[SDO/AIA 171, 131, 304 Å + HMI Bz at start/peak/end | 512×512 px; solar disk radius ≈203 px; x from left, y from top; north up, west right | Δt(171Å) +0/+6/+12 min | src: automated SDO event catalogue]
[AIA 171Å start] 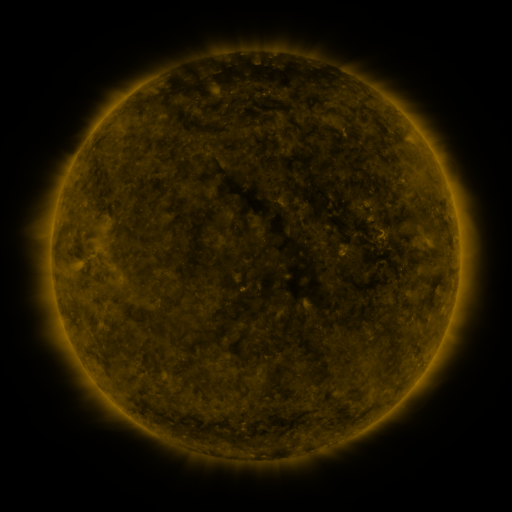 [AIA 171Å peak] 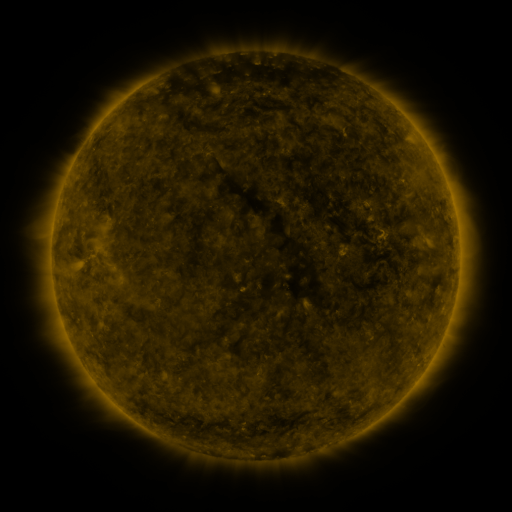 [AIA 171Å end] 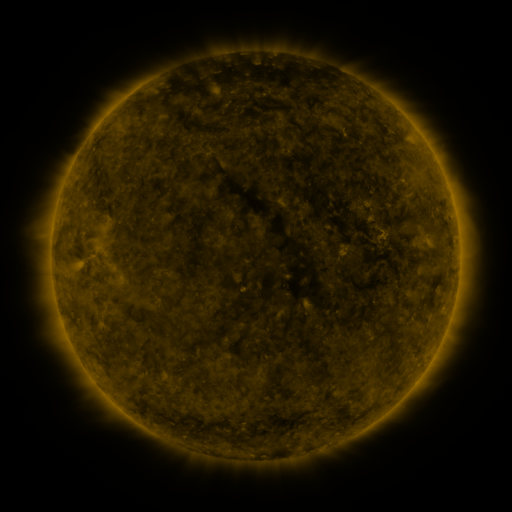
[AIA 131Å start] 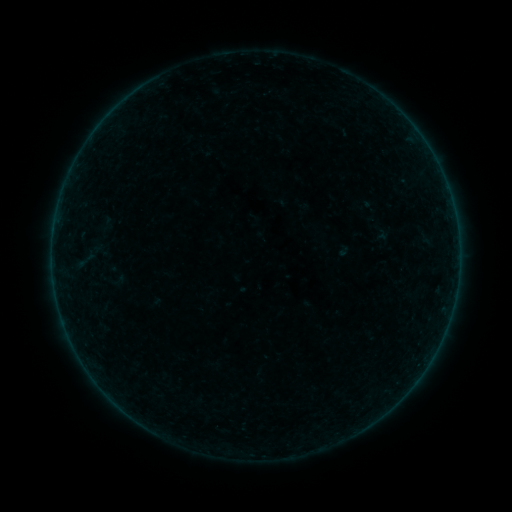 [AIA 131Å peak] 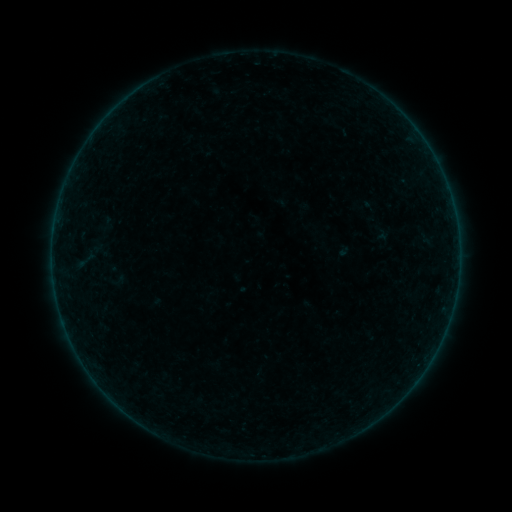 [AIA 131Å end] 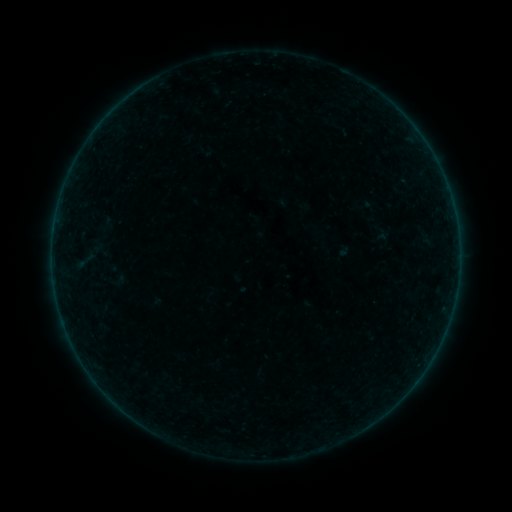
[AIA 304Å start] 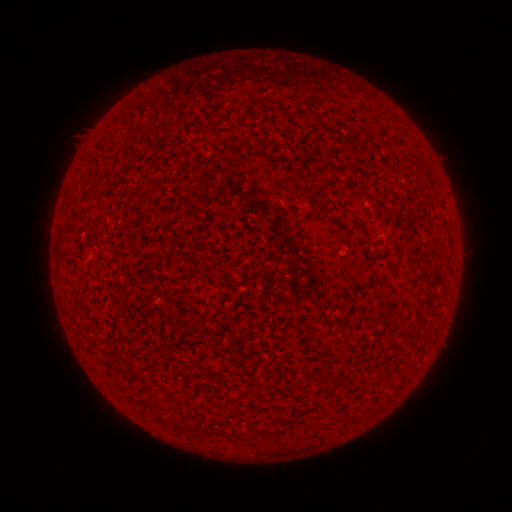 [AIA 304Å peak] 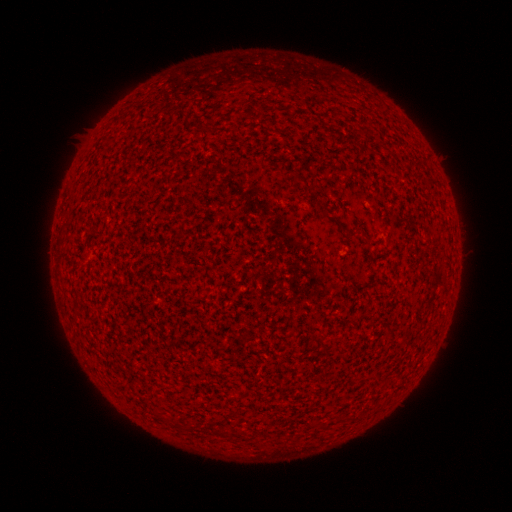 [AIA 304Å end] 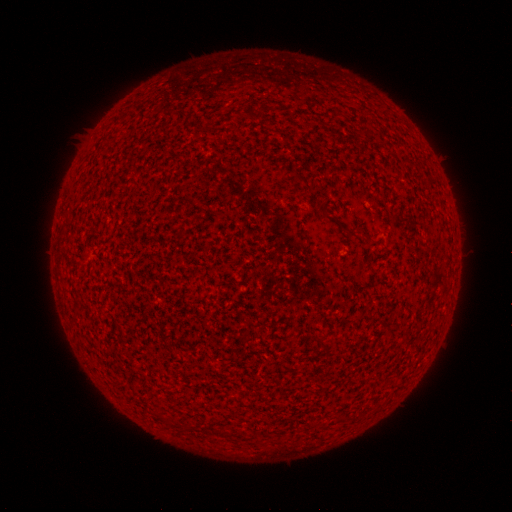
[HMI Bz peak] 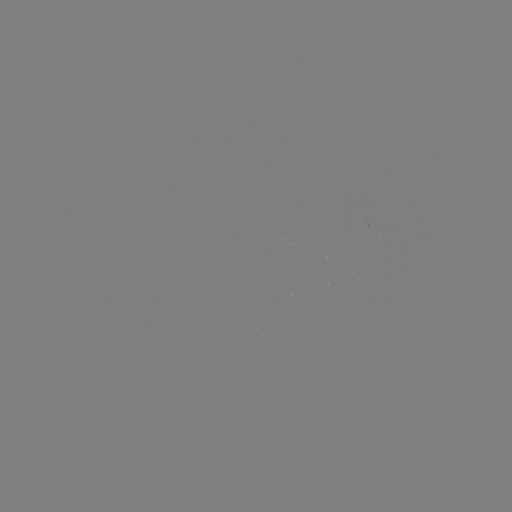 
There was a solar flare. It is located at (456, 221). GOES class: A2.0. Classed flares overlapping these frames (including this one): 1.